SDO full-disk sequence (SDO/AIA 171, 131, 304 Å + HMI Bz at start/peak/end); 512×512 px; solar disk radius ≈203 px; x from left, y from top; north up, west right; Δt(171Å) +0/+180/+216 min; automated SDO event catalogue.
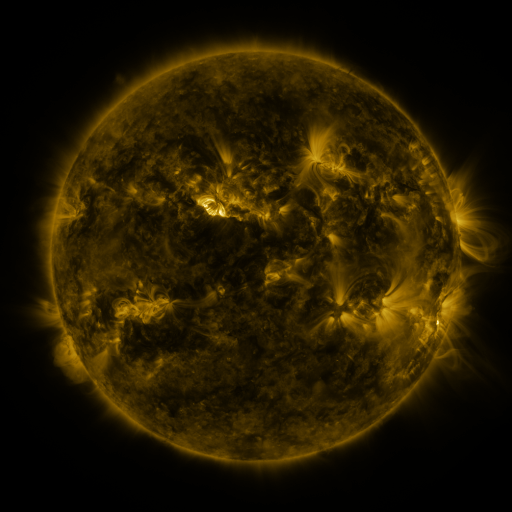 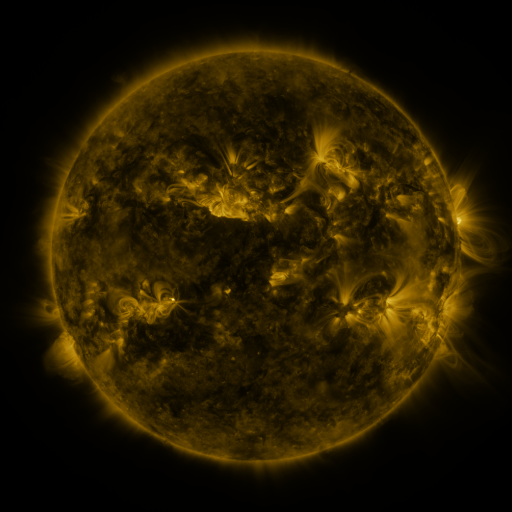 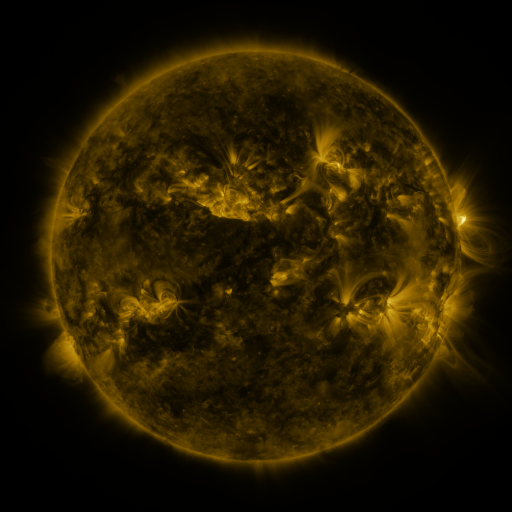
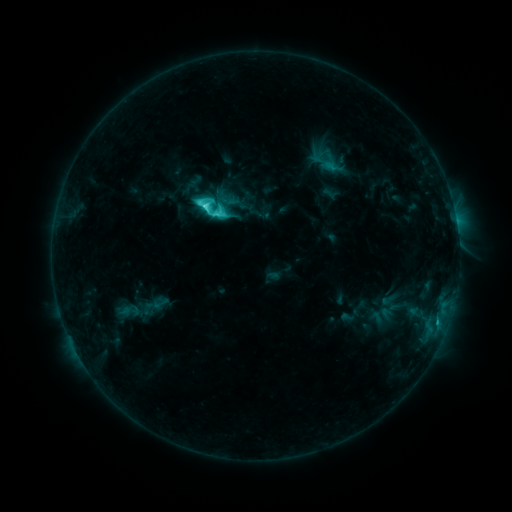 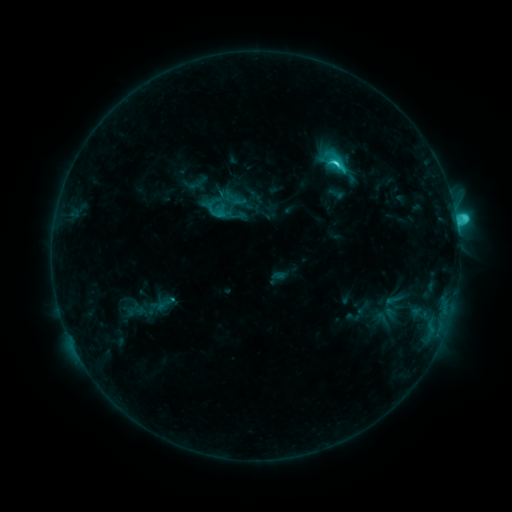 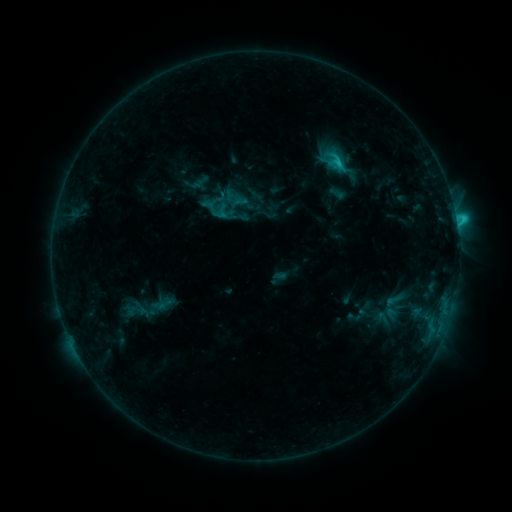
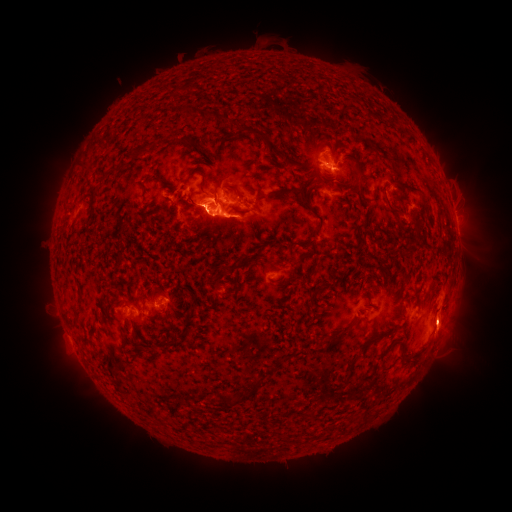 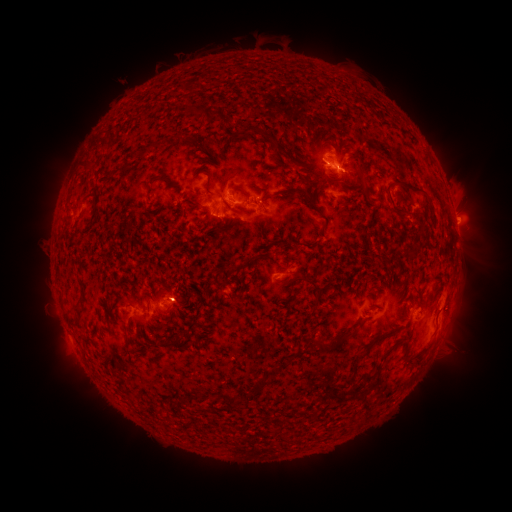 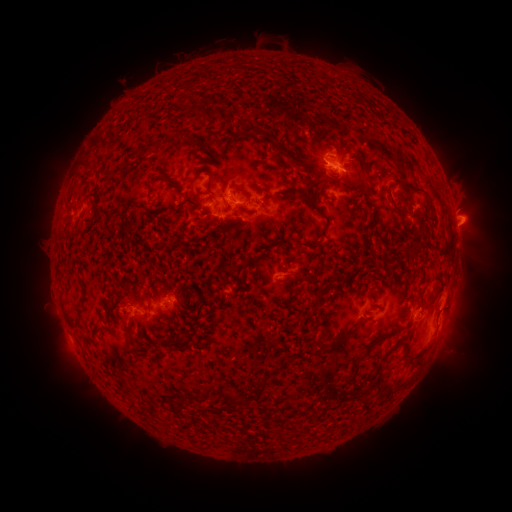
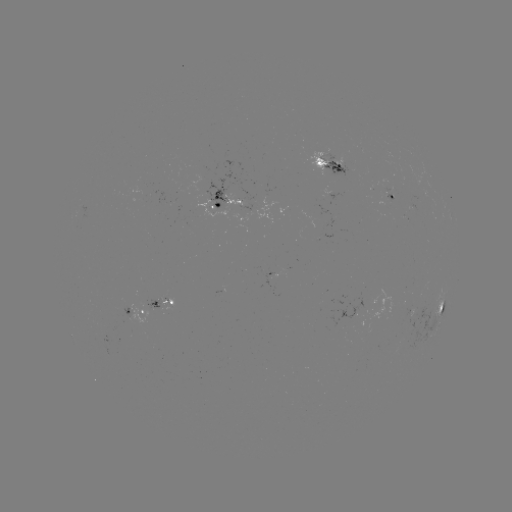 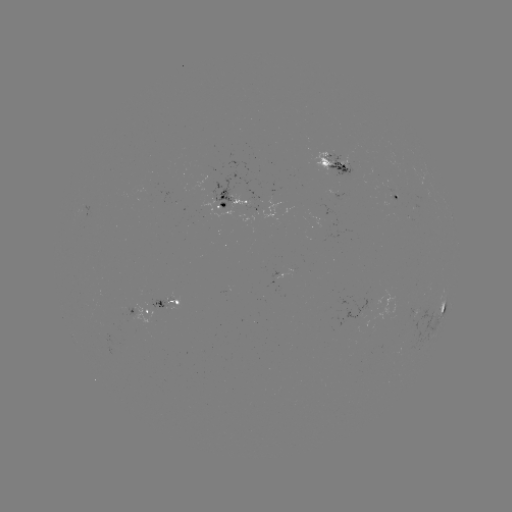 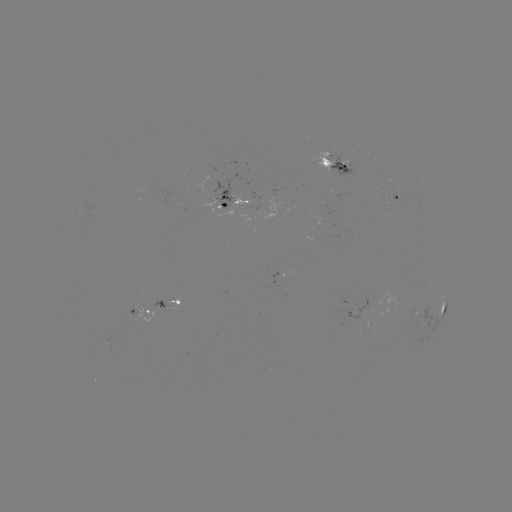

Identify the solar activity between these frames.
emerging-flux region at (257, 198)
